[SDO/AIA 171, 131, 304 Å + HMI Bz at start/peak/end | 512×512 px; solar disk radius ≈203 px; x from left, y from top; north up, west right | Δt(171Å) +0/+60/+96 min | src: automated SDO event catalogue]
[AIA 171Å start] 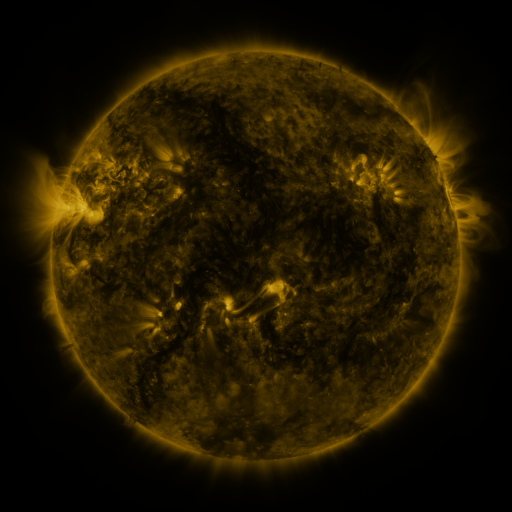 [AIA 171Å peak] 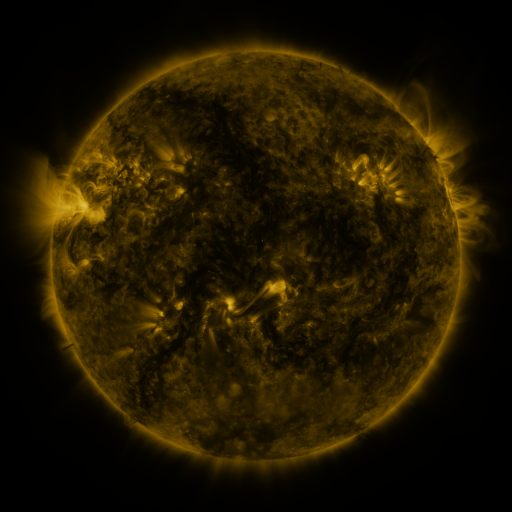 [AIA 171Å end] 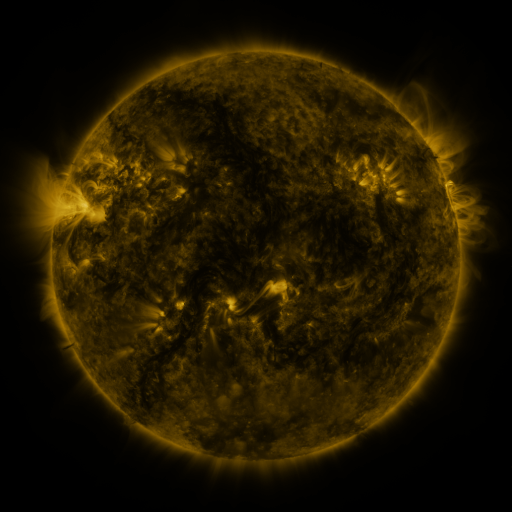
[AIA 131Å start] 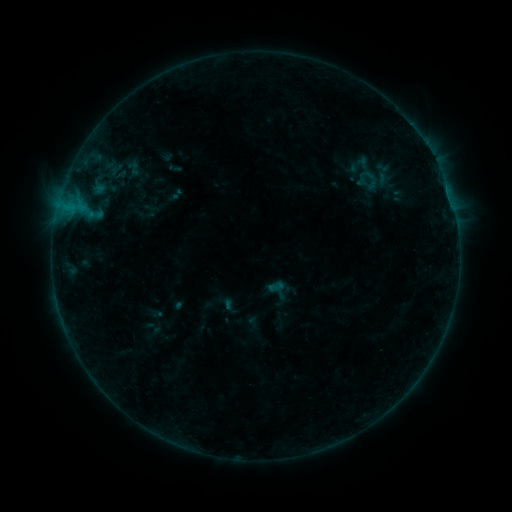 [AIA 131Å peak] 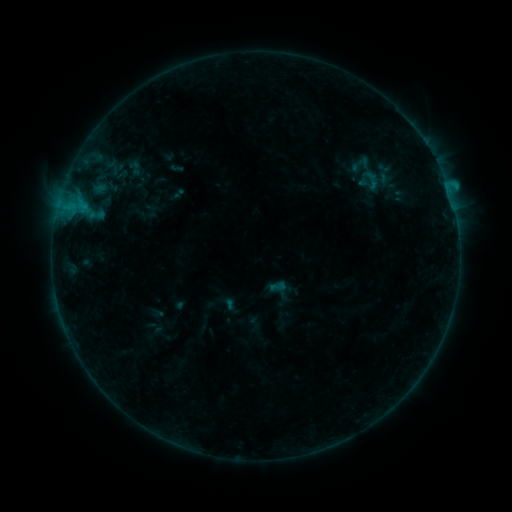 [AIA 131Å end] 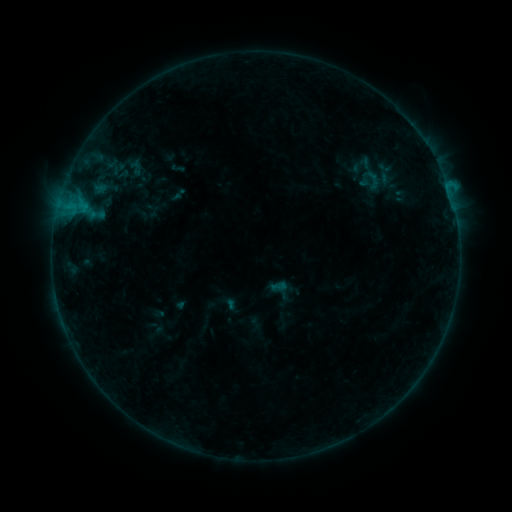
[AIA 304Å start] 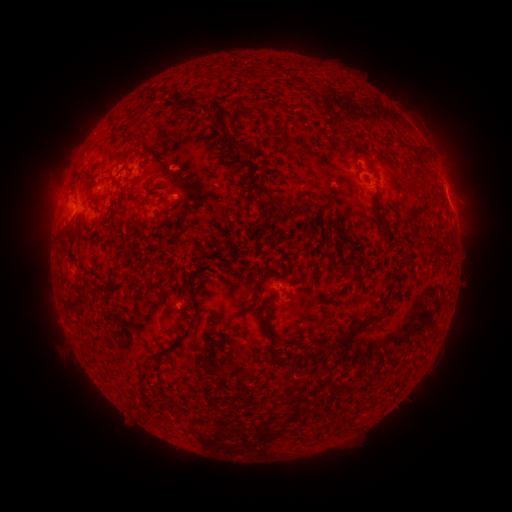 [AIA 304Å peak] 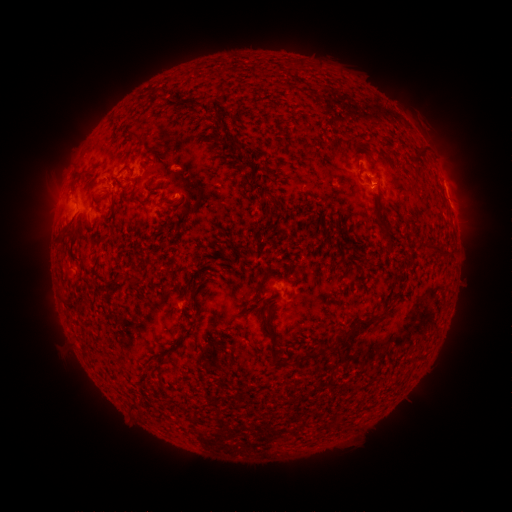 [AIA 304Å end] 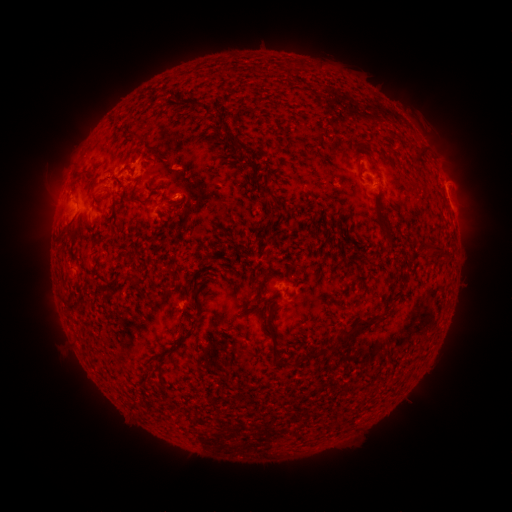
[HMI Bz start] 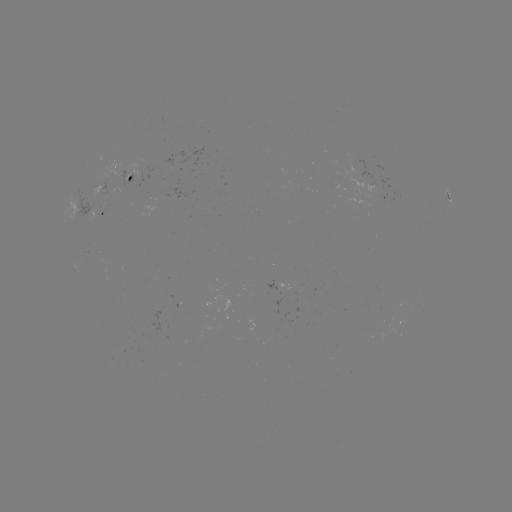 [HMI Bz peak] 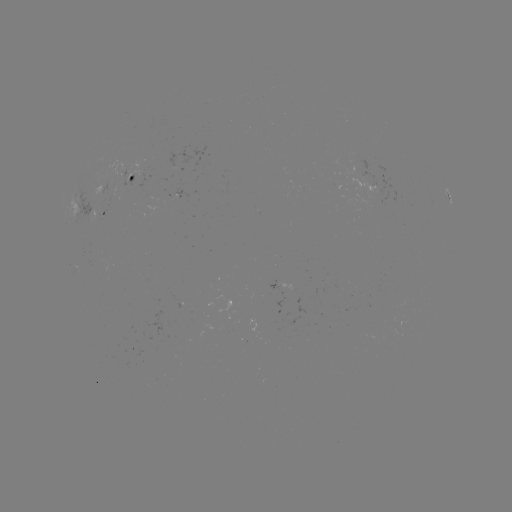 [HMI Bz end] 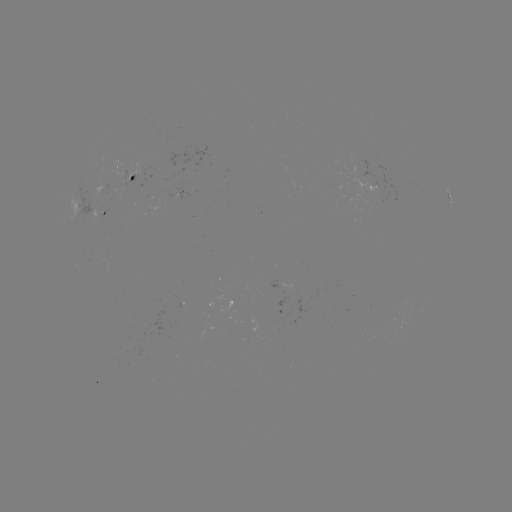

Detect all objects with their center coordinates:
B6.4 flare: (448, 192)
